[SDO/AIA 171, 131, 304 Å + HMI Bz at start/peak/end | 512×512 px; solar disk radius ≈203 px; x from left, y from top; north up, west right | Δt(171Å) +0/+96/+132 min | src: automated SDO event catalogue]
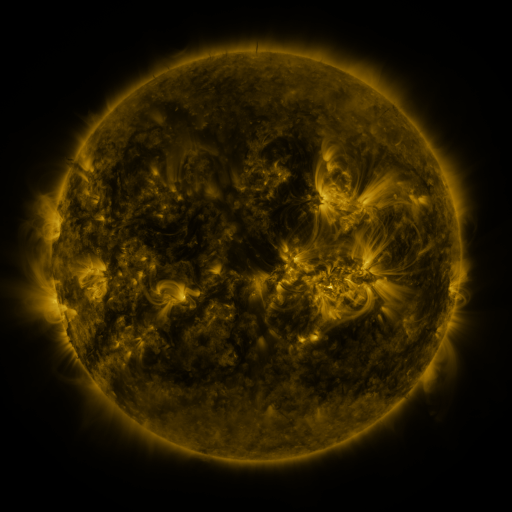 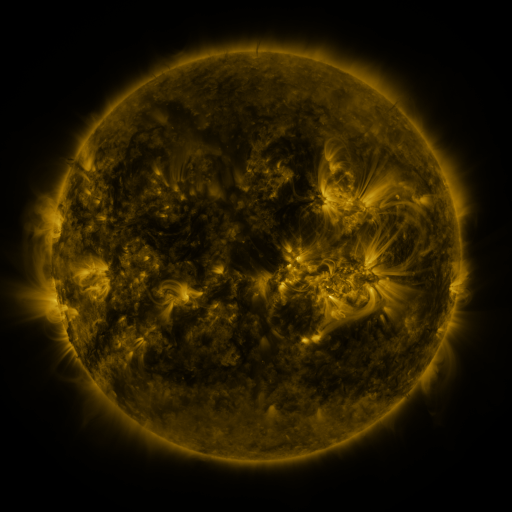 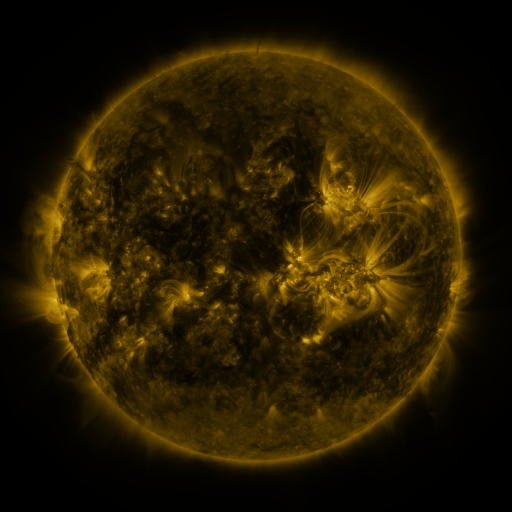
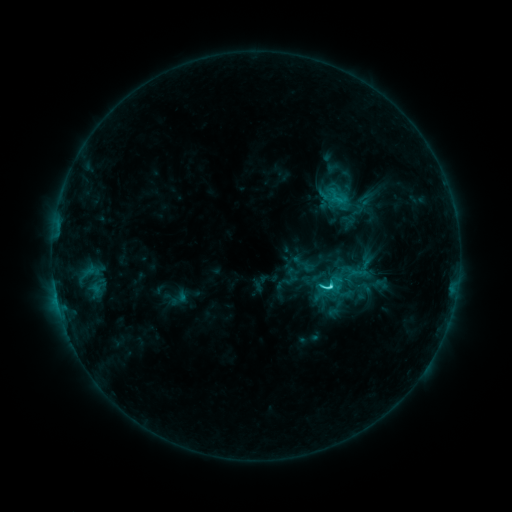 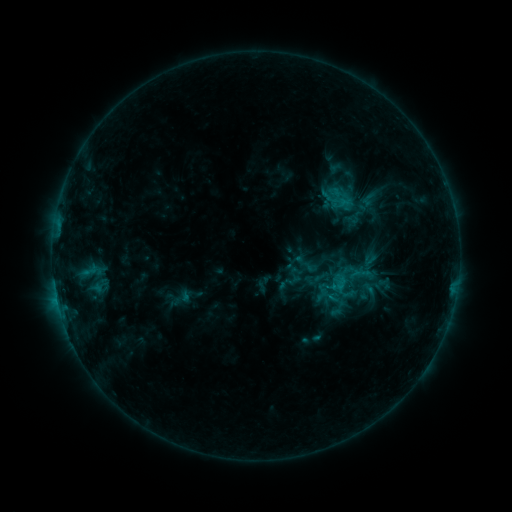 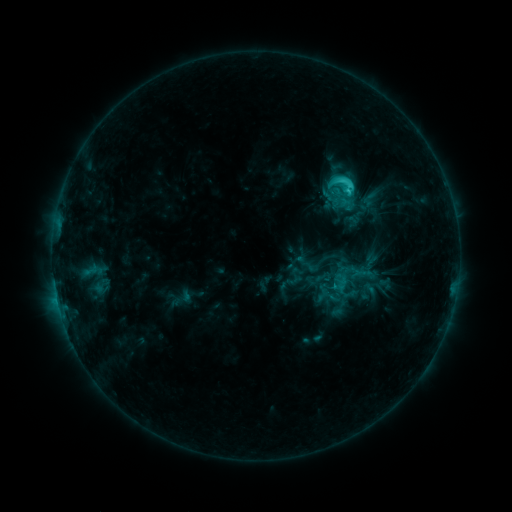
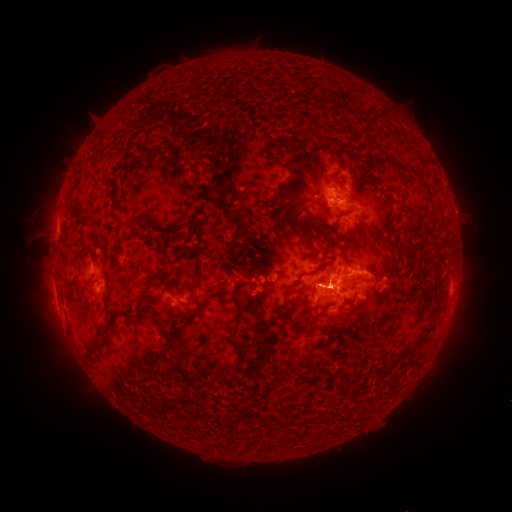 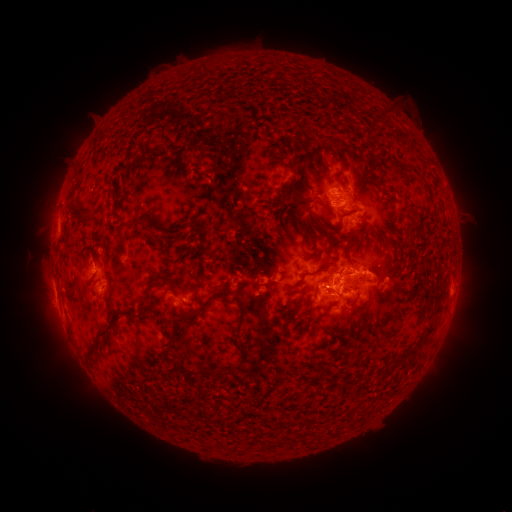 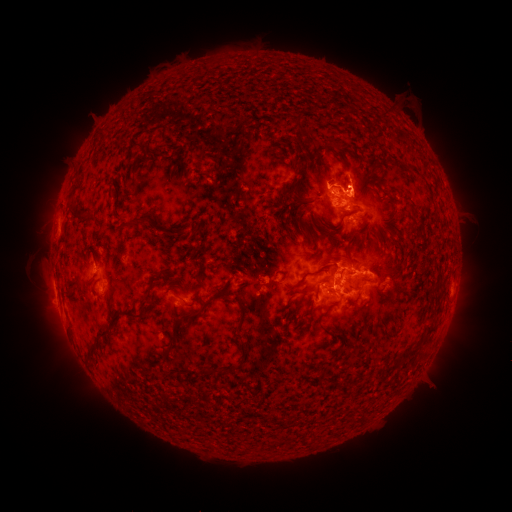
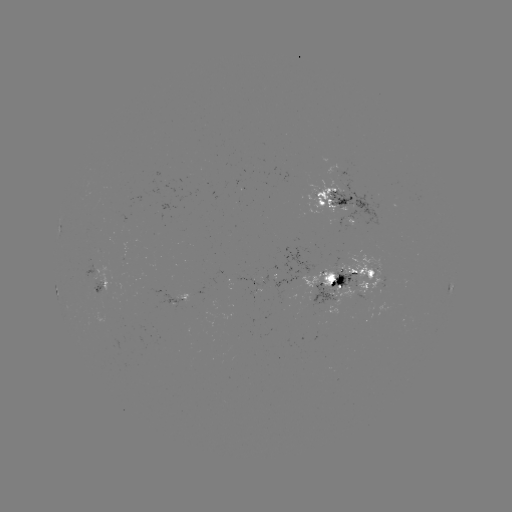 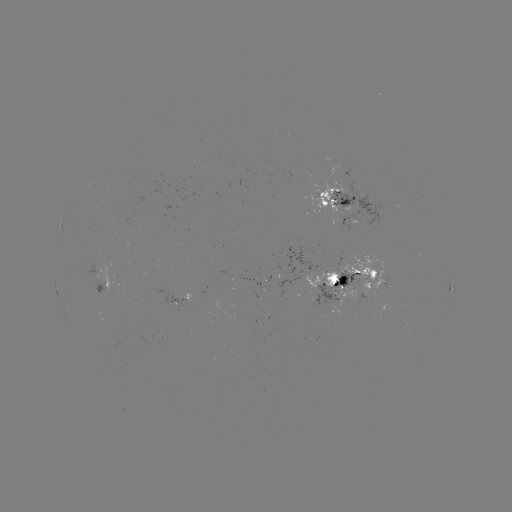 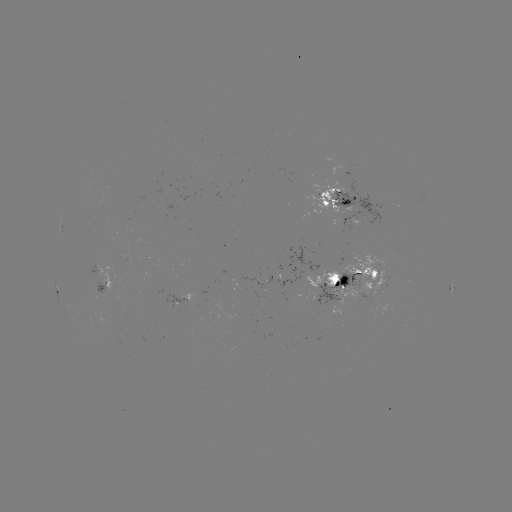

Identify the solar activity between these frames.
emerging-flux region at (101, 292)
